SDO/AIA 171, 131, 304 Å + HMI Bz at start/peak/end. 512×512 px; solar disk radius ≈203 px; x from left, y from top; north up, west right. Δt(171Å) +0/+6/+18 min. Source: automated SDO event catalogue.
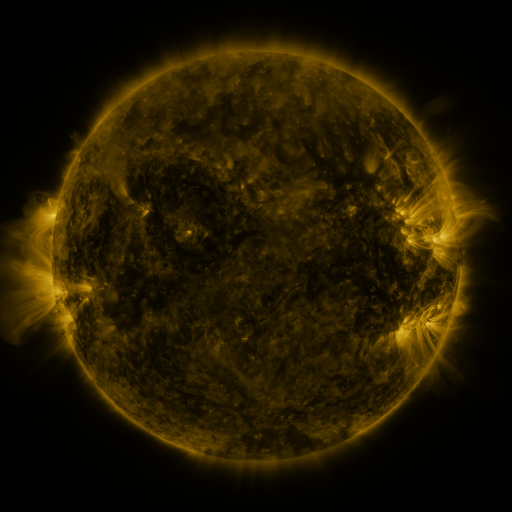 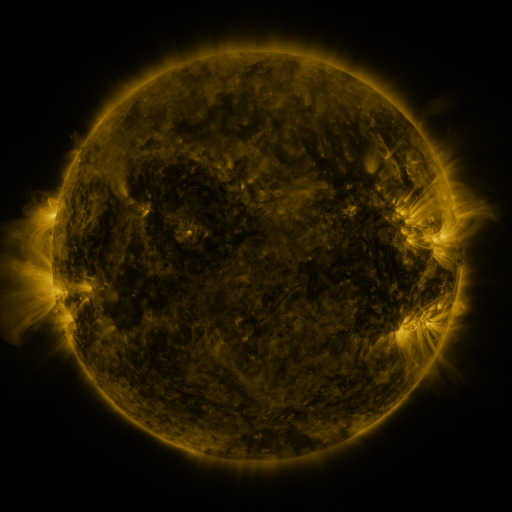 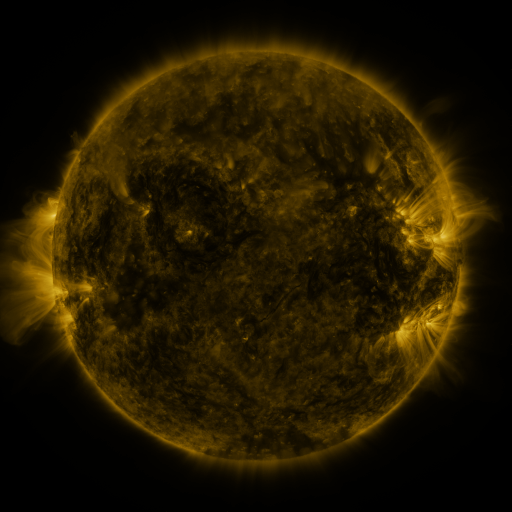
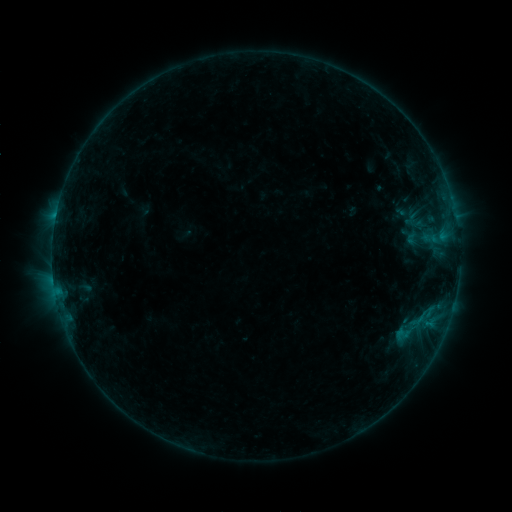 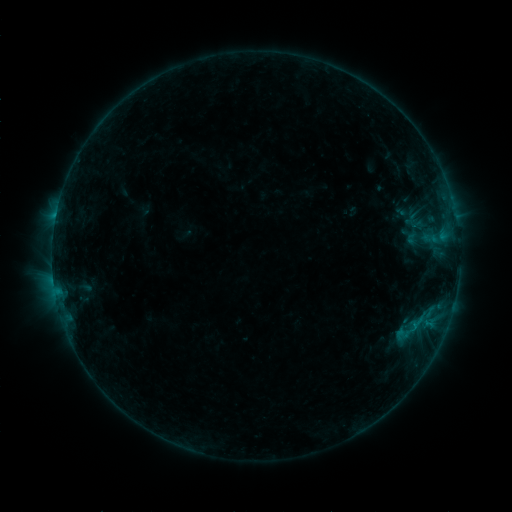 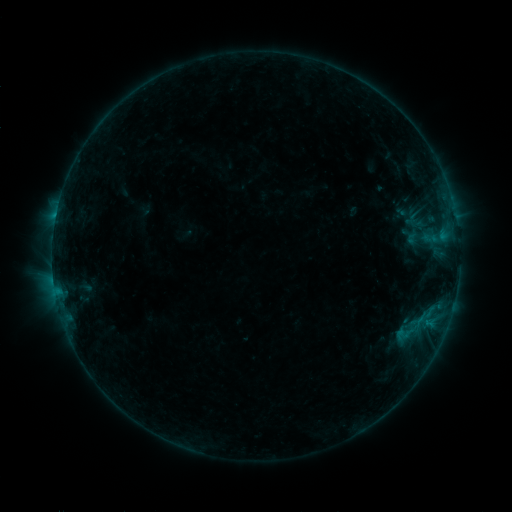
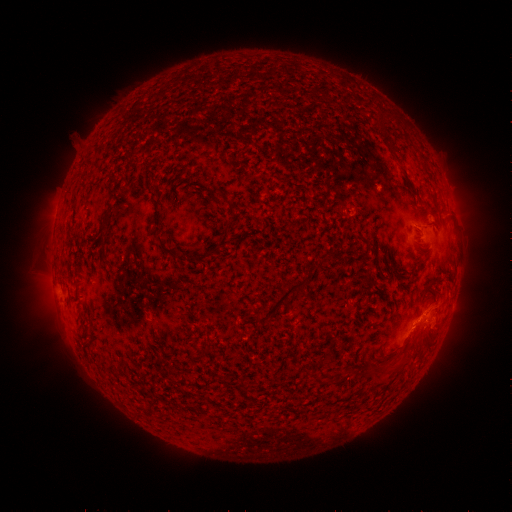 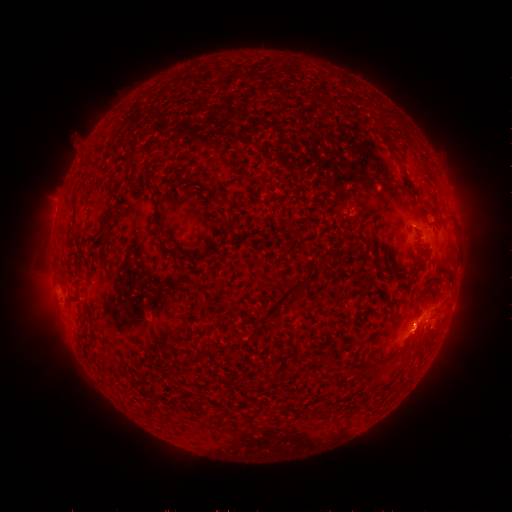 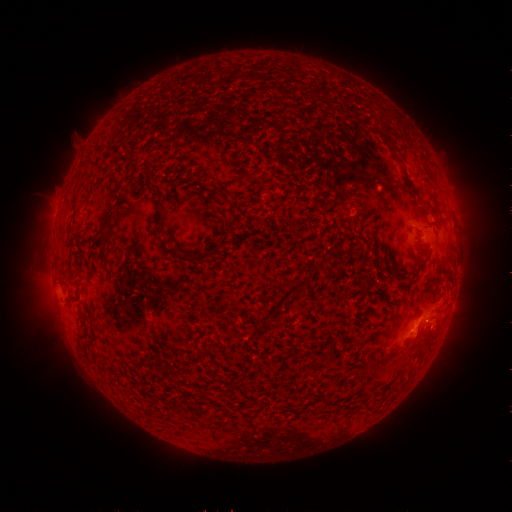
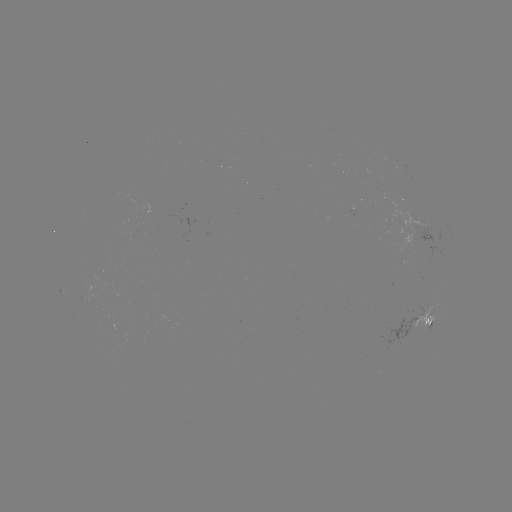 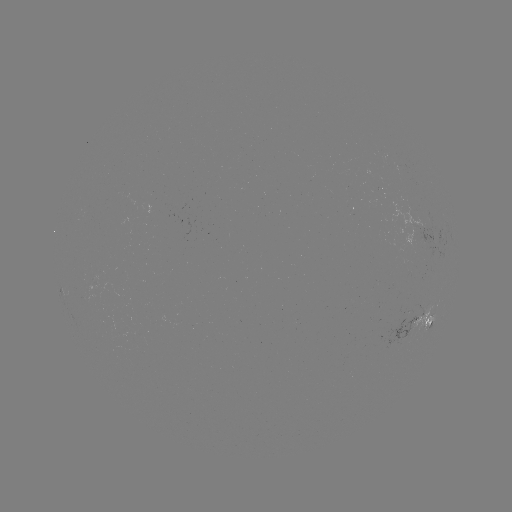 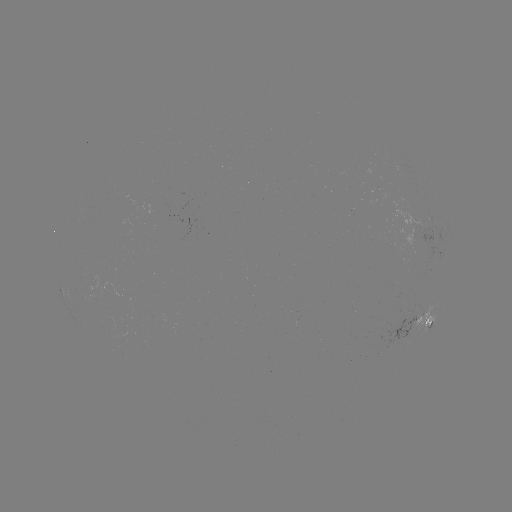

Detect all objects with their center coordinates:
eruption: (414, 335)
